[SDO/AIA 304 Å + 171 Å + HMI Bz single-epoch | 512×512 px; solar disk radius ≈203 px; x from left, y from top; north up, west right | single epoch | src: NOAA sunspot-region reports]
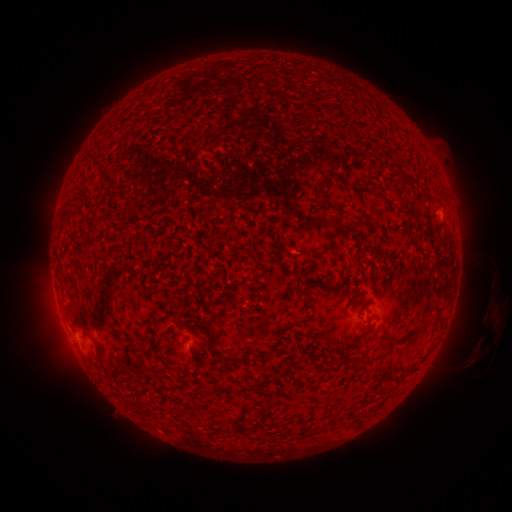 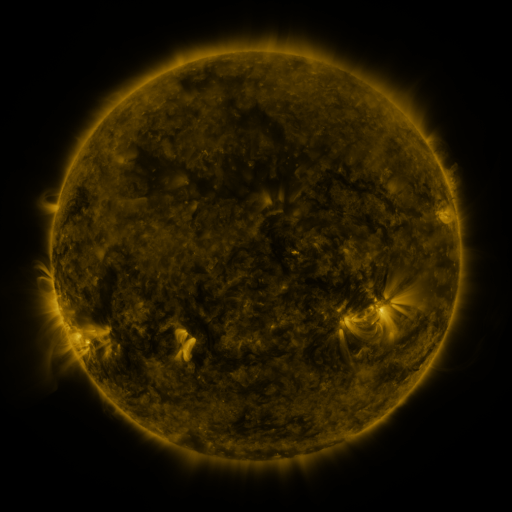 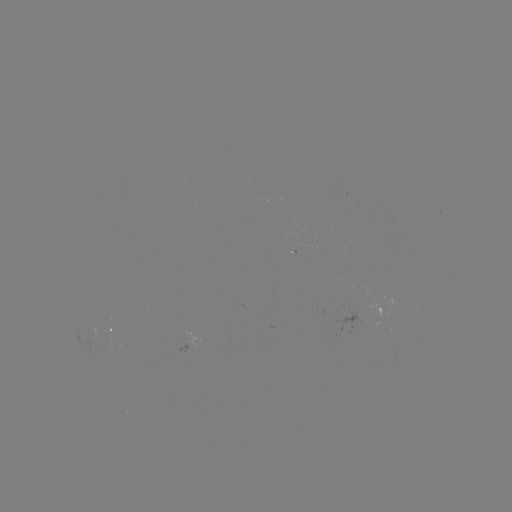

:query spotted active region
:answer (113, 329)